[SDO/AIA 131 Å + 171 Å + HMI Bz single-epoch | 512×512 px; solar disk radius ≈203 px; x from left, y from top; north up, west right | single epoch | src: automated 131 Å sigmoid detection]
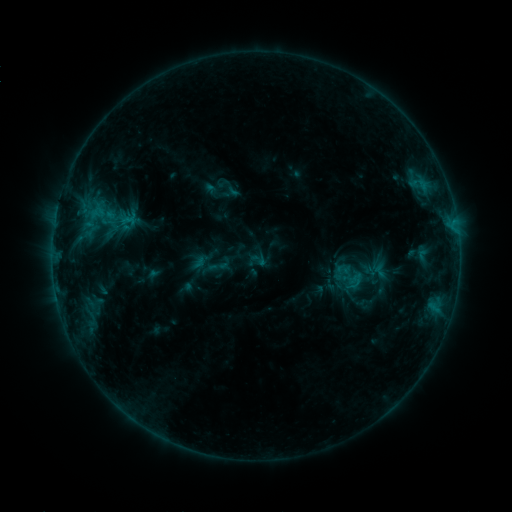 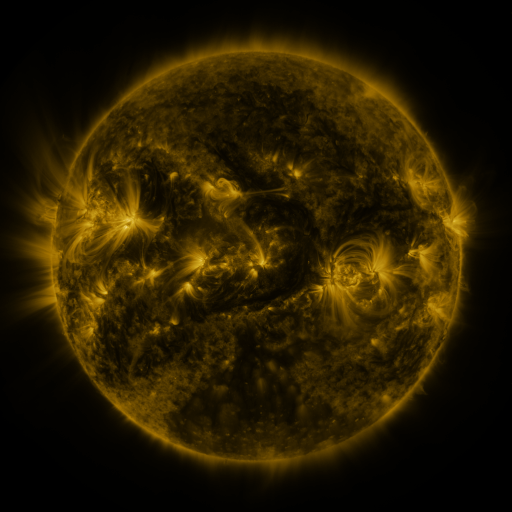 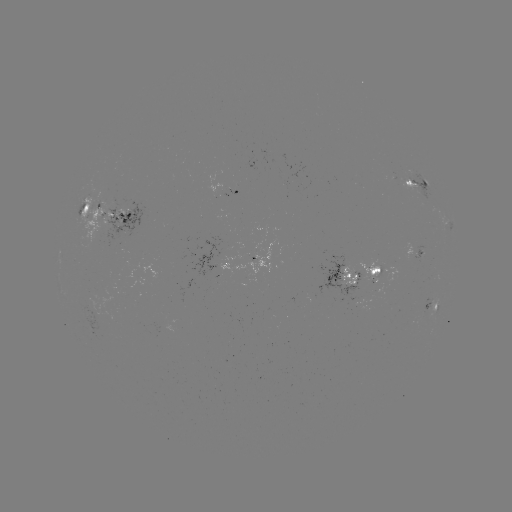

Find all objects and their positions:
sigmoid: (258, 260)
sigmoid: (380, 271)
